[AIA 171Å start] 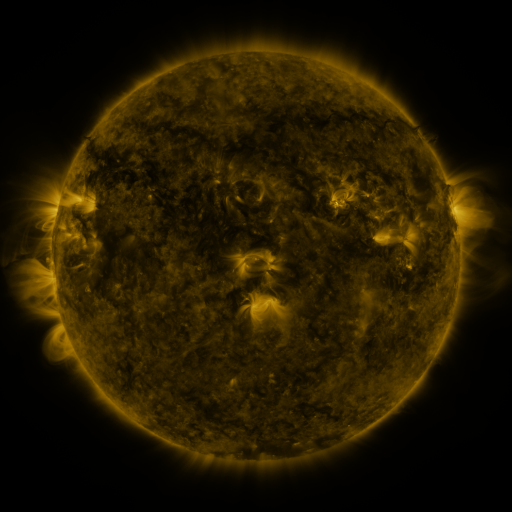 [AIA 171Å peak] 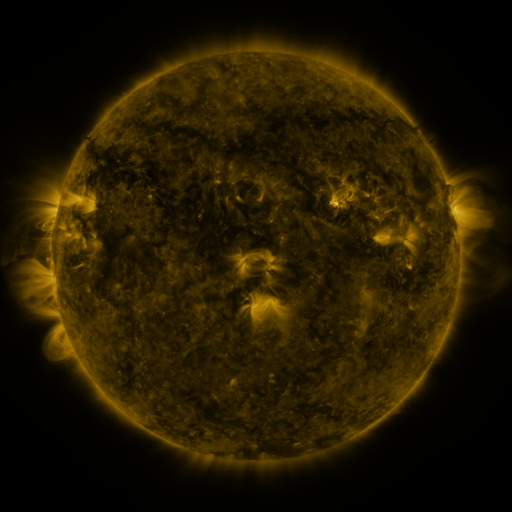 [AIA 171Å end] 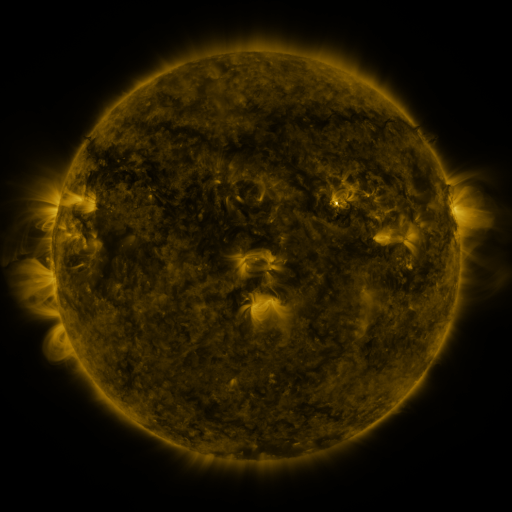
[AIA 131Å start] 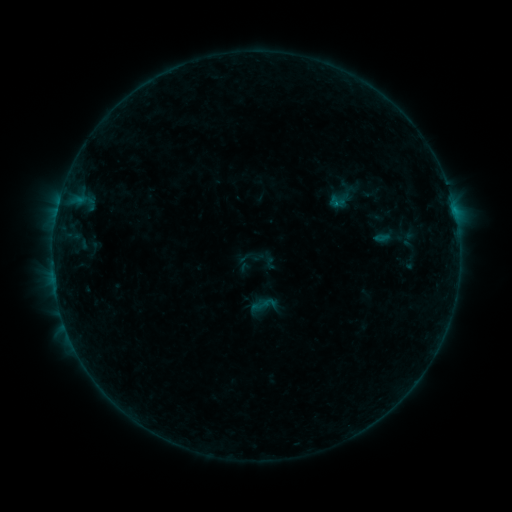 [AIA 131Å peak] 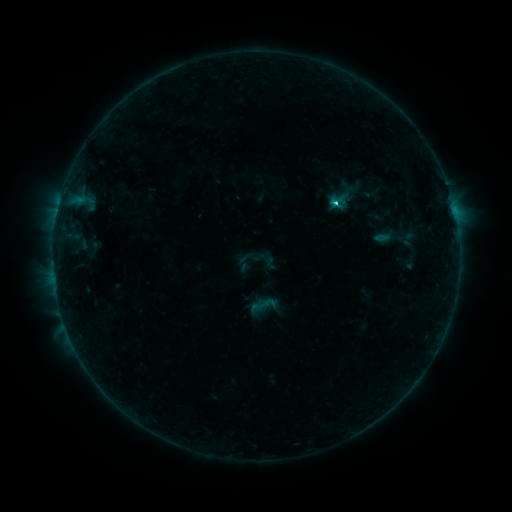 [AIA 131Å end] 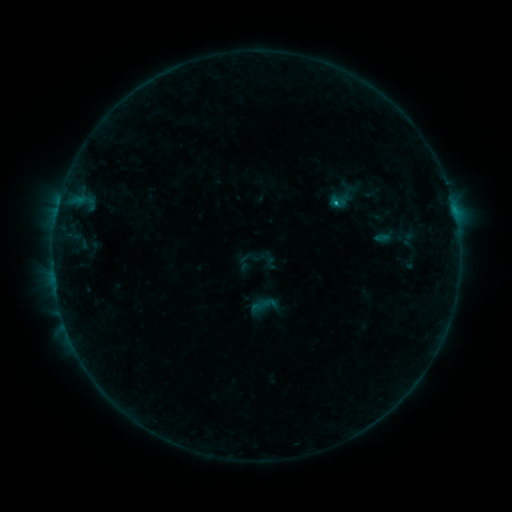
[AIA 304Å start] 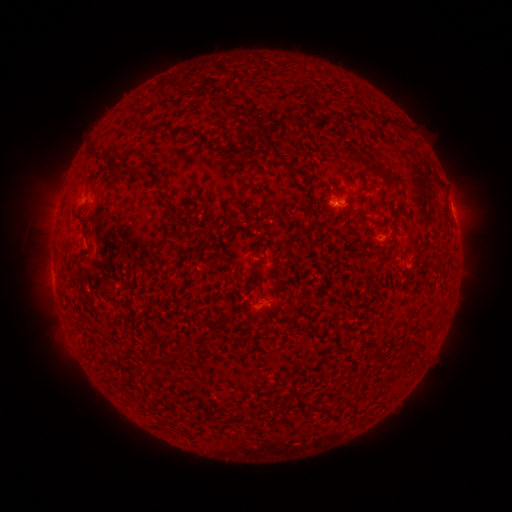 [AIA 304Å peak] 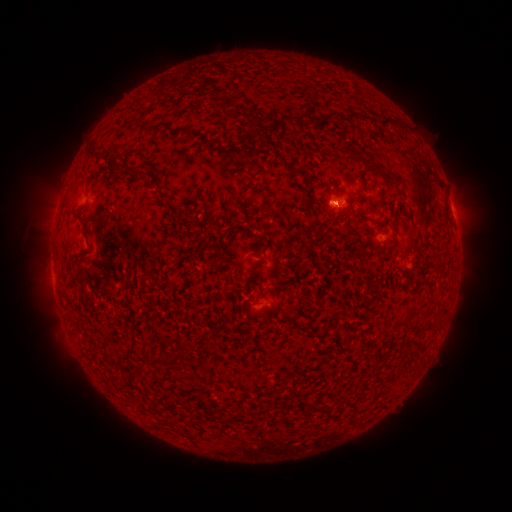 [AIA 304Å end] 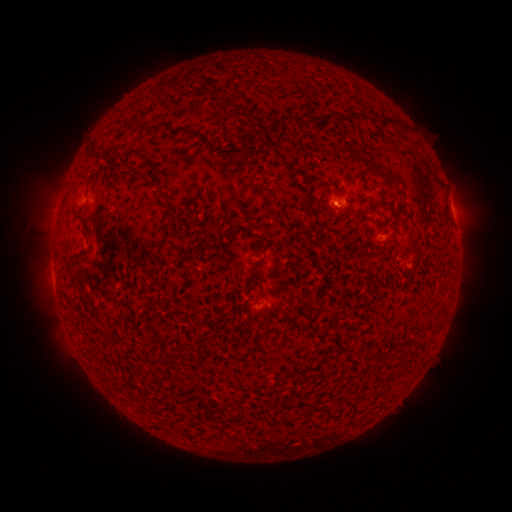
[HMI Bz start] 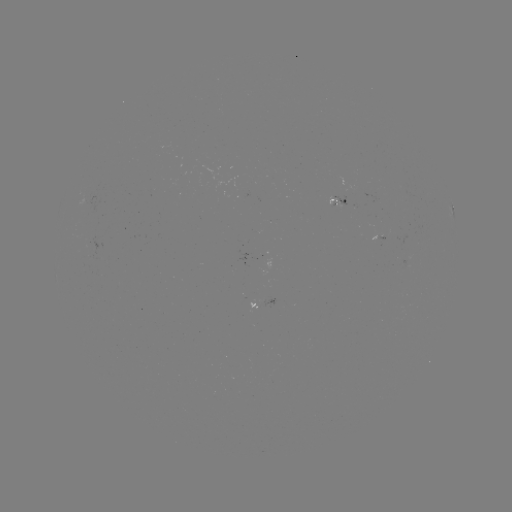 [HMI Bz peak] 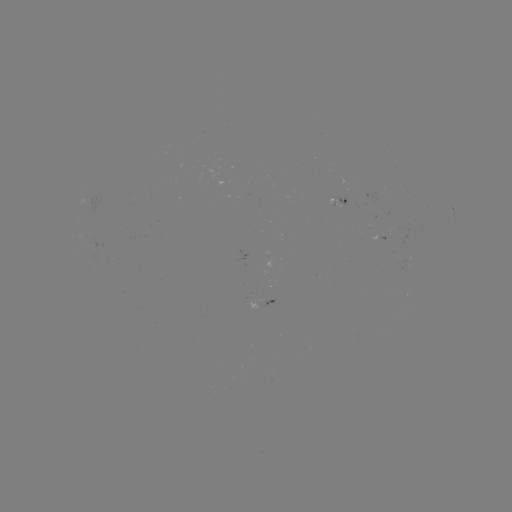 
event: flare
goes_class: C1.0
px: (333, 204)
